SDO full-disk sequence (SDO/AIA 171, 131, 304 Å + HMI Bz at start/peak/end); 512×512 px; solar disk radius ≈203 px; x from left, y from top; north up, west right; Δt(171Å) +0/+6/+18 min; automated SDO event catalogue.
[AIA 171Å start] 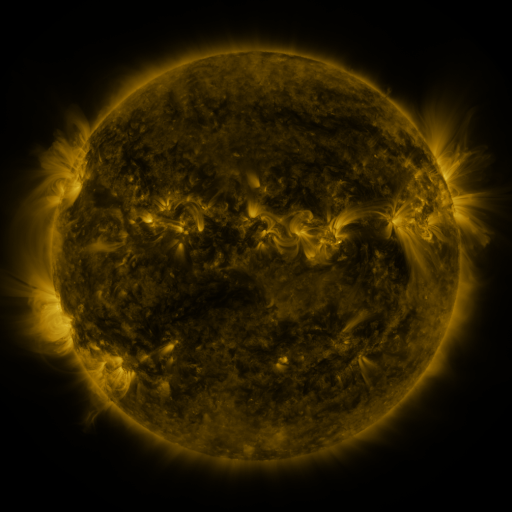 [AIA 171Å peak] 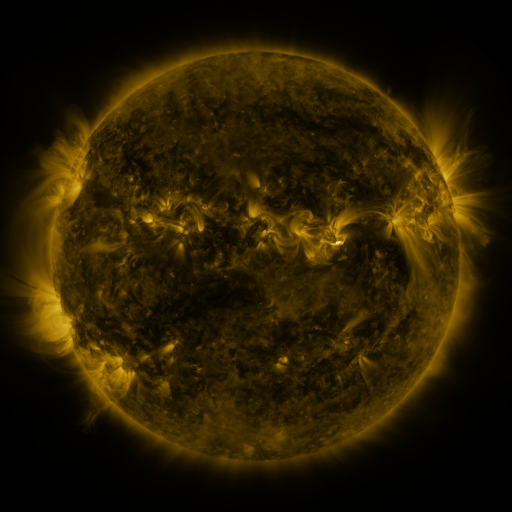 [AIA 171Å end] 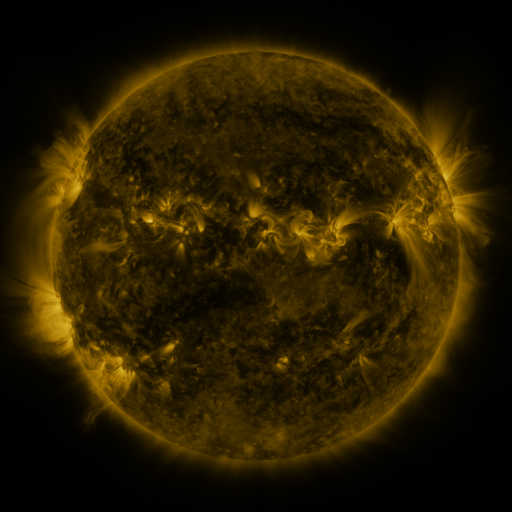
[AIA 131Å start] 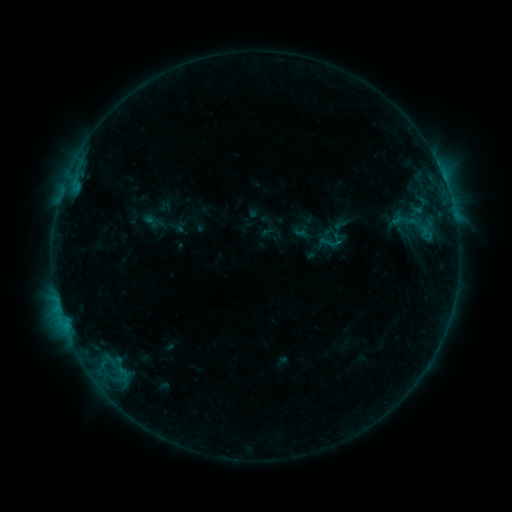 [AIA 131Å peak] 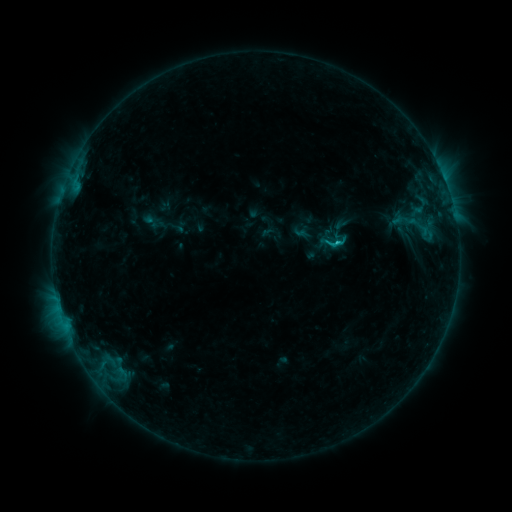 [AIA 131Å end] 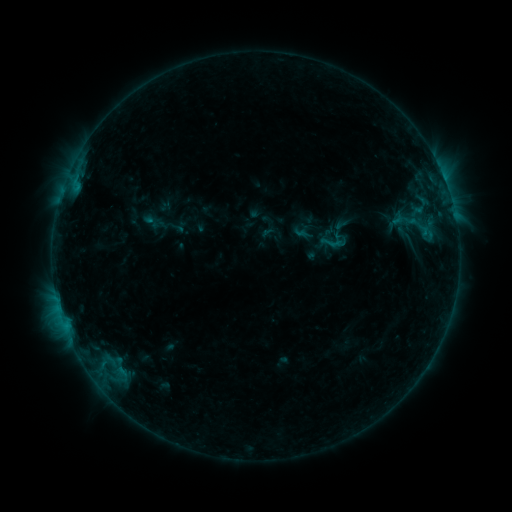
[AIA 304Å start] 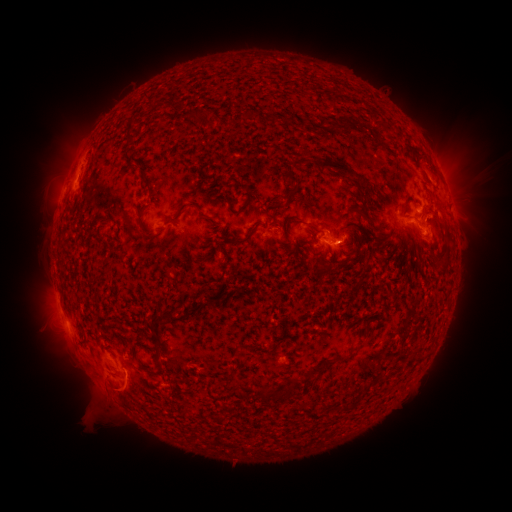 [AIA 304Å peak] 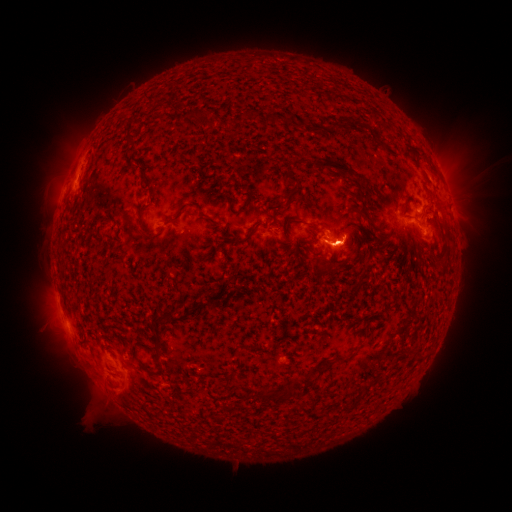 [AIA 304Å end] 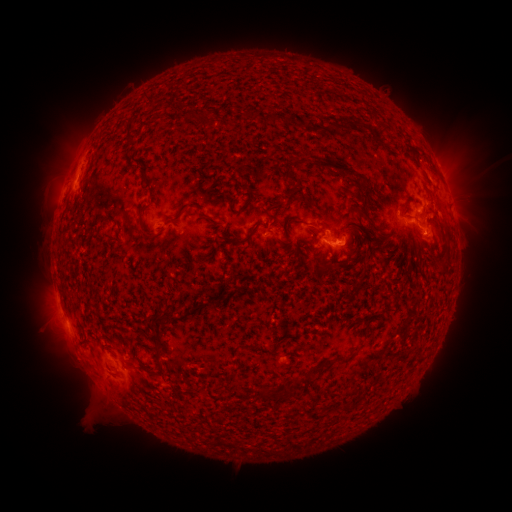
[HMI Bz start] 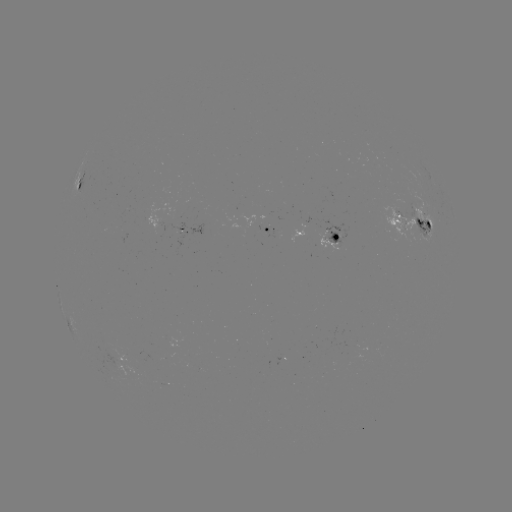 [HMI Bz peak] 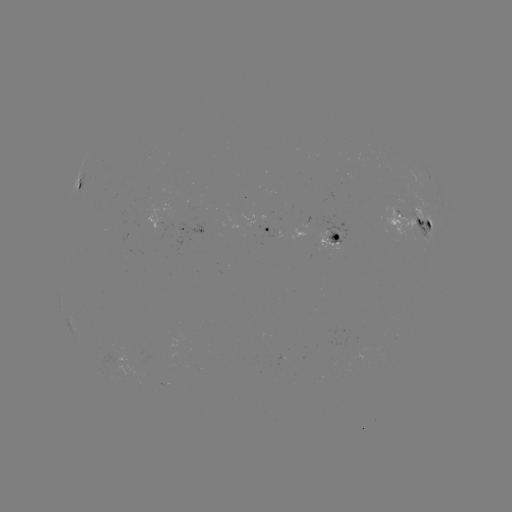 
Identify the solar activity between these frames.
eruption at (343, 247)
